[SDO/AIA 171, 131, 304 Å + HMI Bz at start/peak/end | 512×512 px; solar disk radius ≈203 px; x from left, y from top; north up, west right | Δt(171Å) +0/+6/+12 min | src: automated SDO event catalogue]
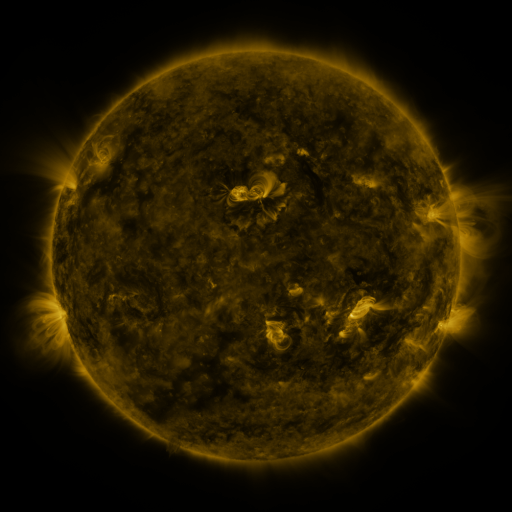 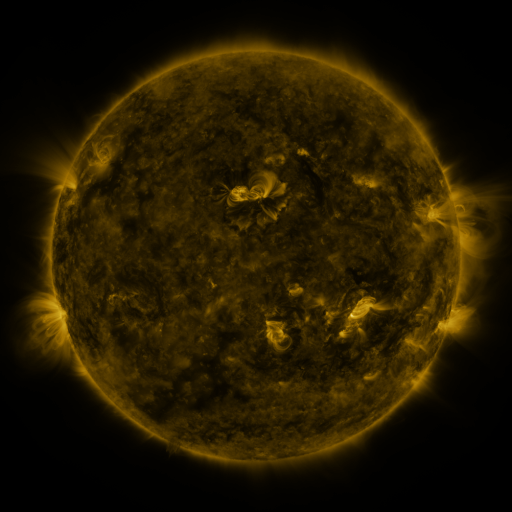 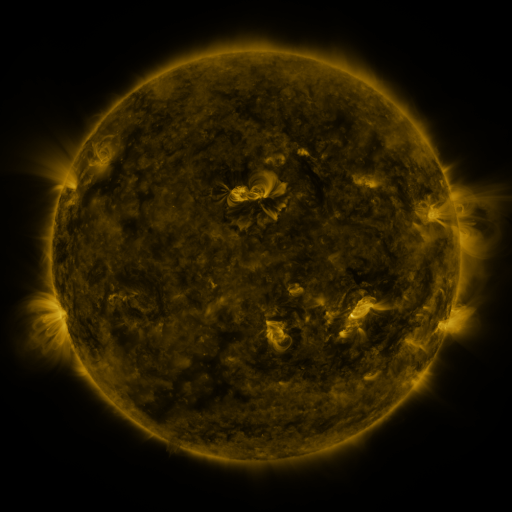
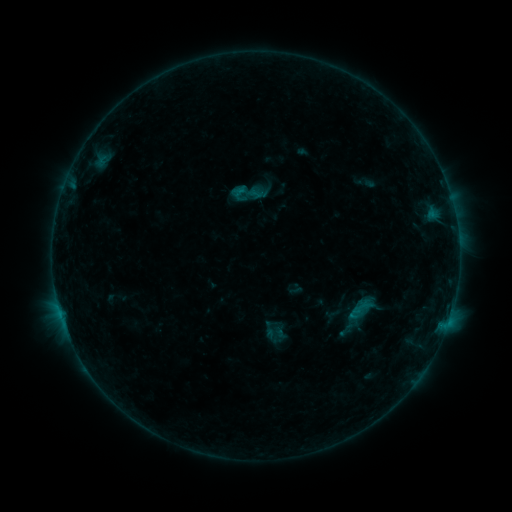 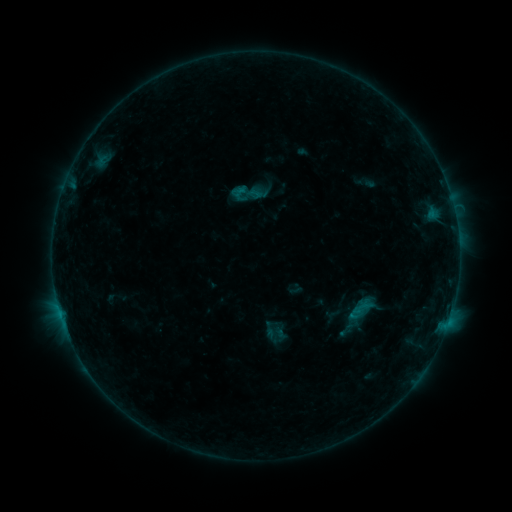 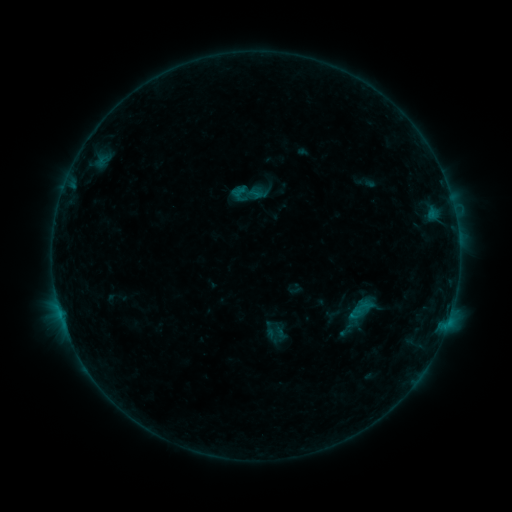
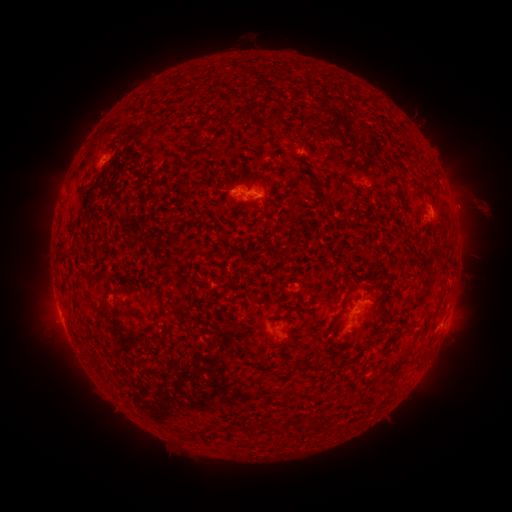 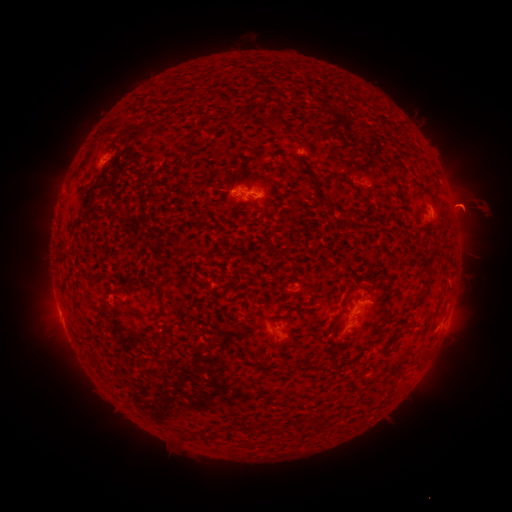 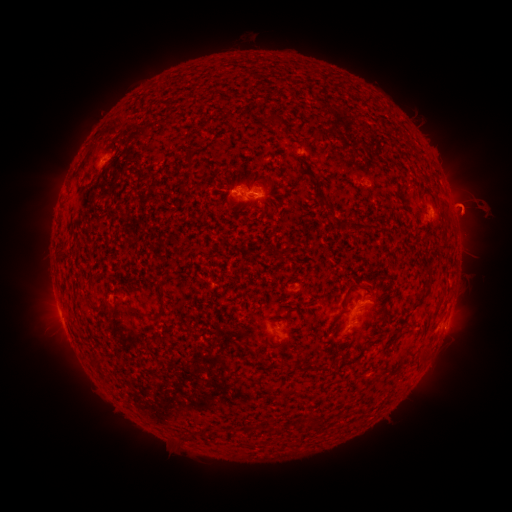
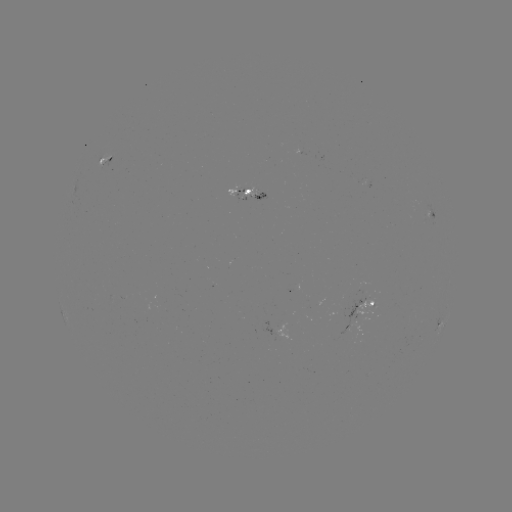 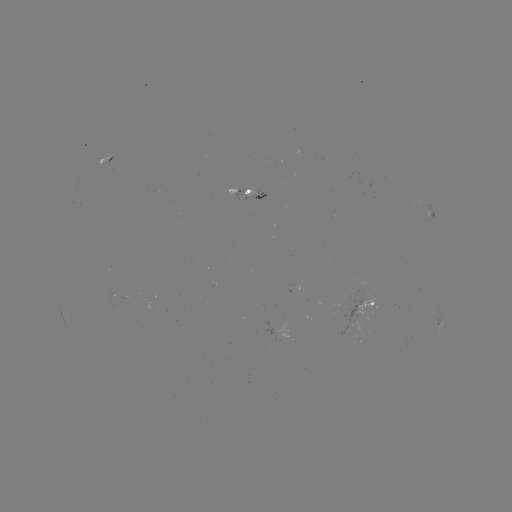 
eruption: <bbox>435, 178, 496, 240</bbox>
